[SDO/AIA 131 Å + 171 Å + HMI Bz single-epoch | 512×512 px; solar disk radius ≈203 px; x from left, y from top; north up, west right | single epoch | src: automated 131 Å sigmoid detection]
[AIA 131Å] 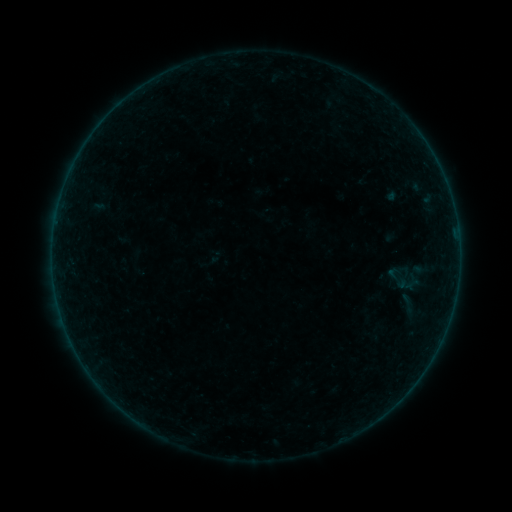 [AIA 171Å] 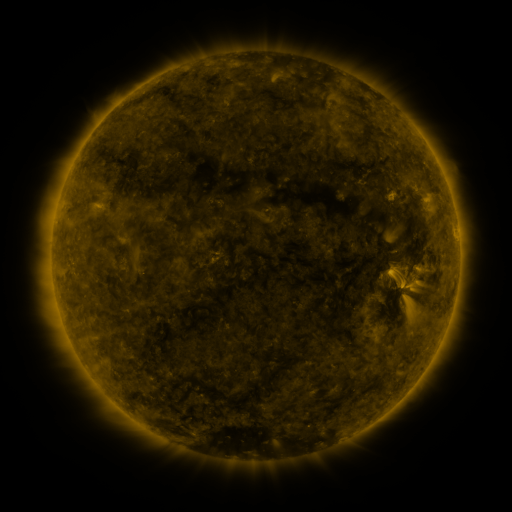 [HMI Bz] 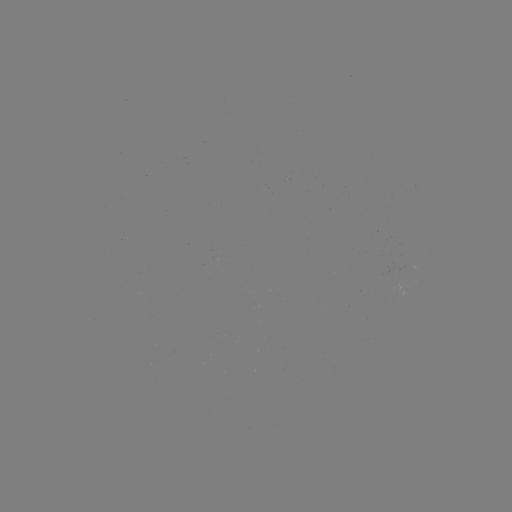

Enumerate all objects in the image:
sigmoid: (405, 279)
sigmoid: (408, 304)
